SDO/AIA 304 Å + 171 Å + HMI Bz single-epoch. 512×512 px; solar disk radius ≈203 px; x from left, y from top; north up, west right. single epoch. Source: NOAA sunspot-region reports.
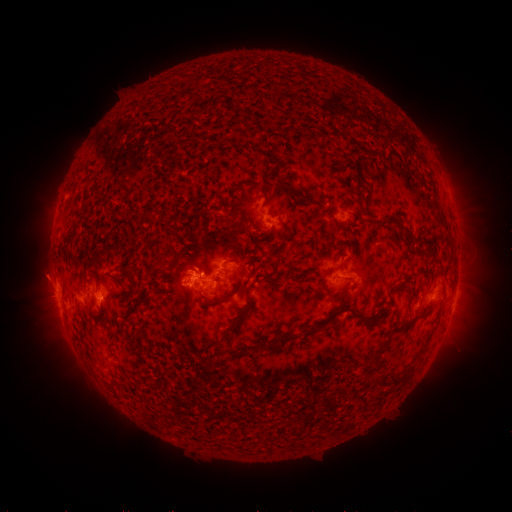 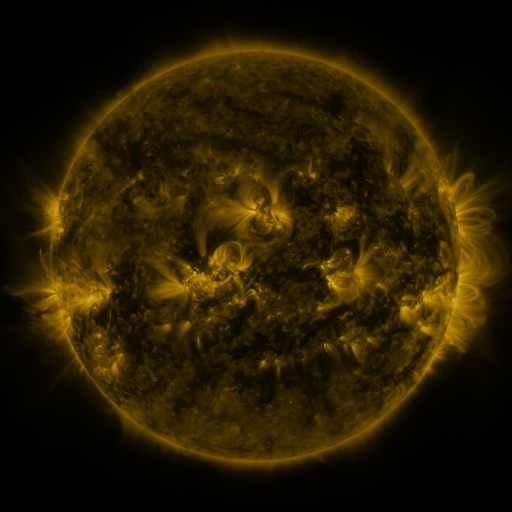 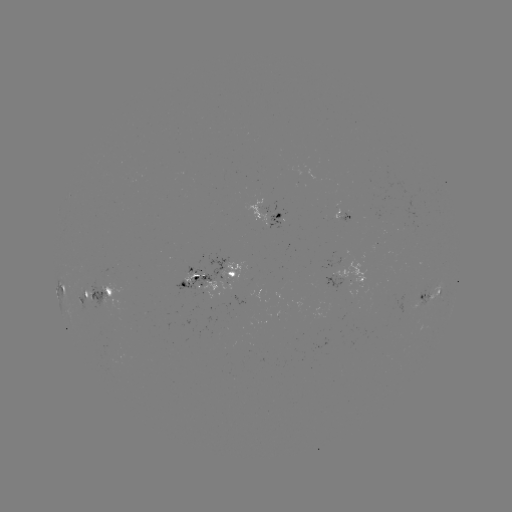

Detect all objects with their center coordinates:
spotted active region: (266, 221)
spotted active region: (356, 274)
spotted active region: (214, 279)
spotted active region: (61, 289)
spotted active region: (98, 291)
spotted active region: (432, 294)
